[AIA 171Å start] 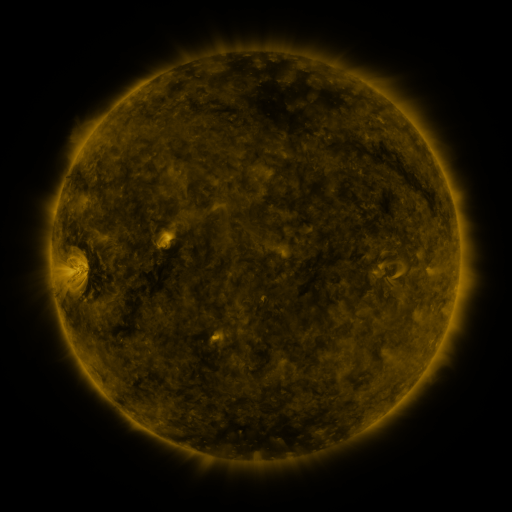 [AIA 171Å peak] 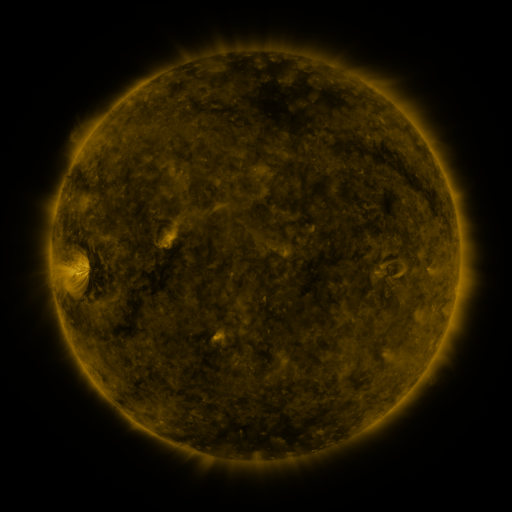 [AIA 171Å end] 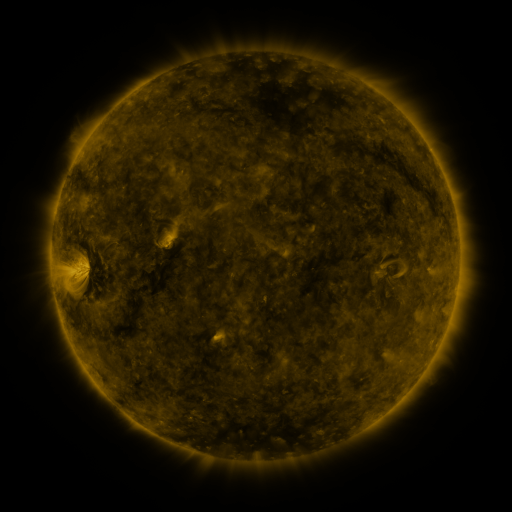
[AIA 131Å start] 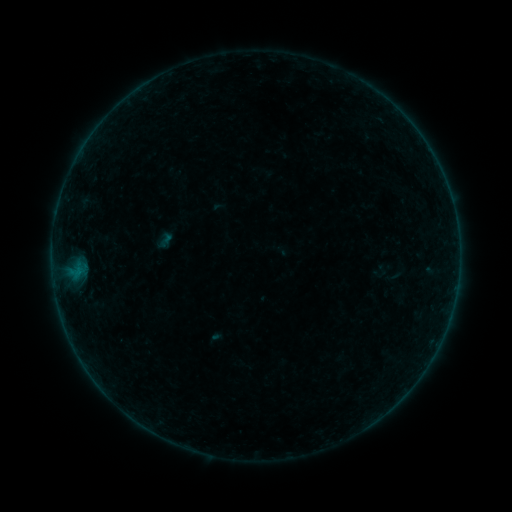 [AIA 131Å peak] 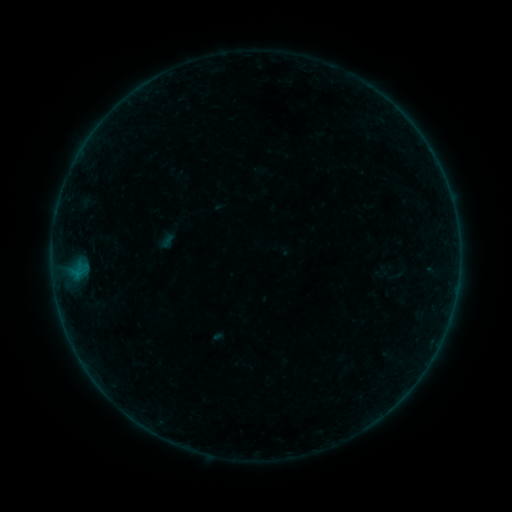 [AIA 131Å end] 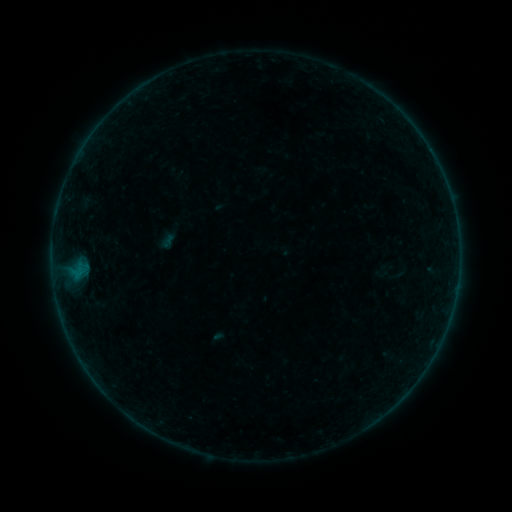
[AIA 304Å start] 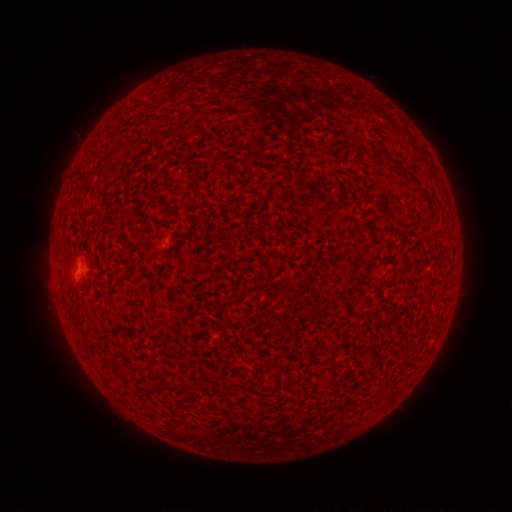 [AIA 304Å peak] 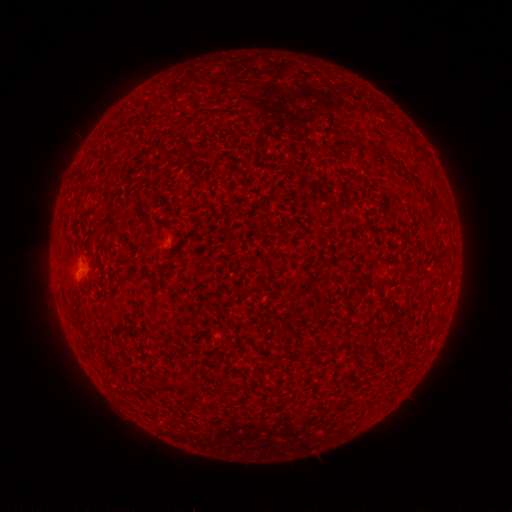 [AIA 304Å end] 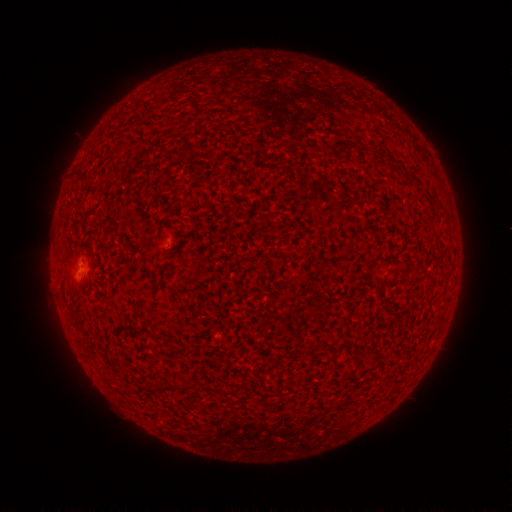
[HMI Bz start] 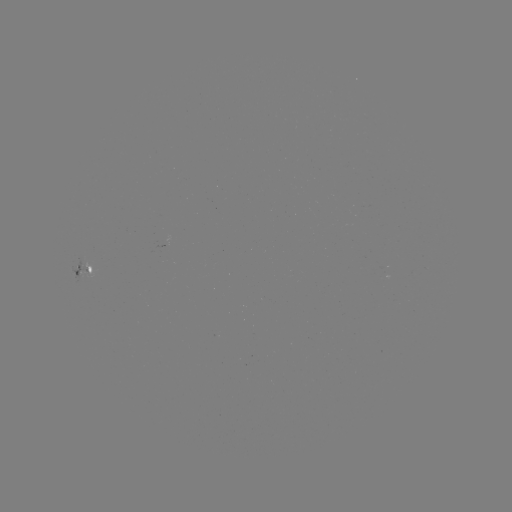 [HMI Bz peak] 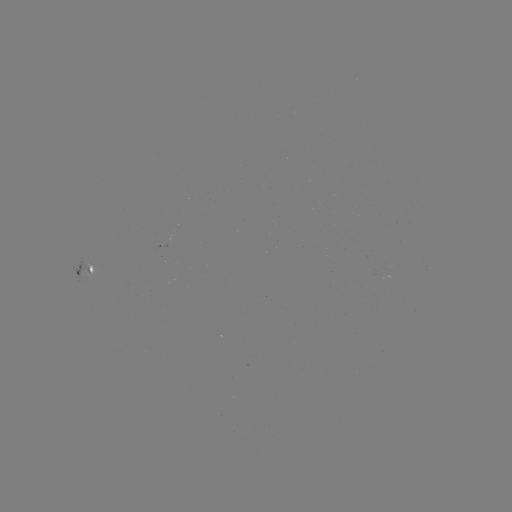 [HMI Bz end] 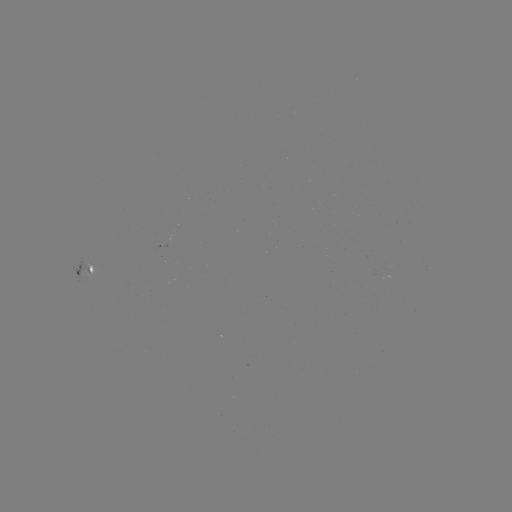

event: emerging-flux region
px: (166, 246)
